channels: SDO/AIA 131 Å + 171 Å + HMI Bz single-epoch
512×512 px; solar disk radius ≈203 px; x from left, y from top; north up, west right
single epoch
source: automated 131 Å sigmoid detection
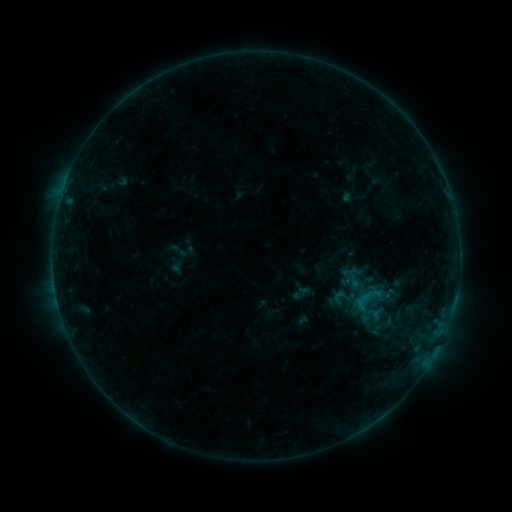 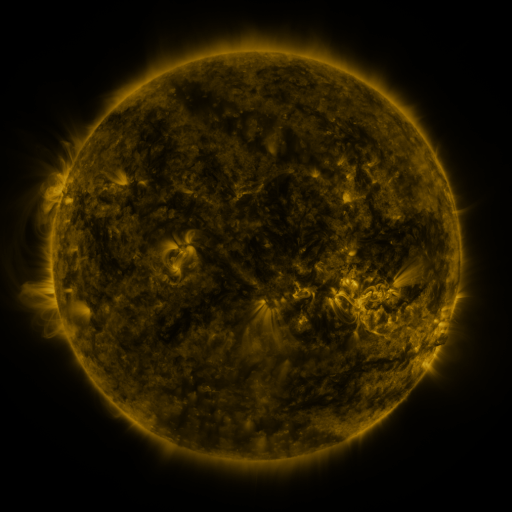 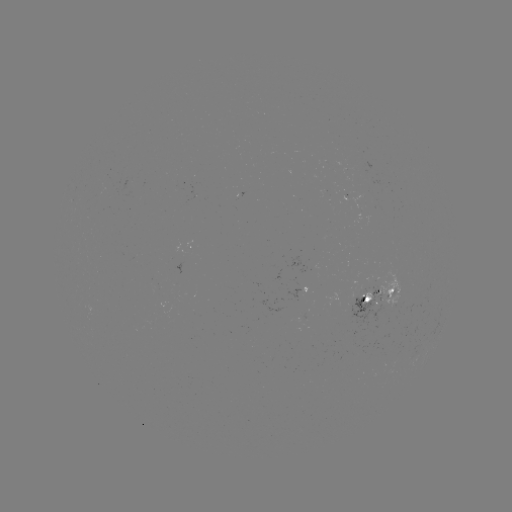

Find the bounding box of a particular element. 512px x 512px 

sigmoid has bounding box [332, 287, 349, 306].